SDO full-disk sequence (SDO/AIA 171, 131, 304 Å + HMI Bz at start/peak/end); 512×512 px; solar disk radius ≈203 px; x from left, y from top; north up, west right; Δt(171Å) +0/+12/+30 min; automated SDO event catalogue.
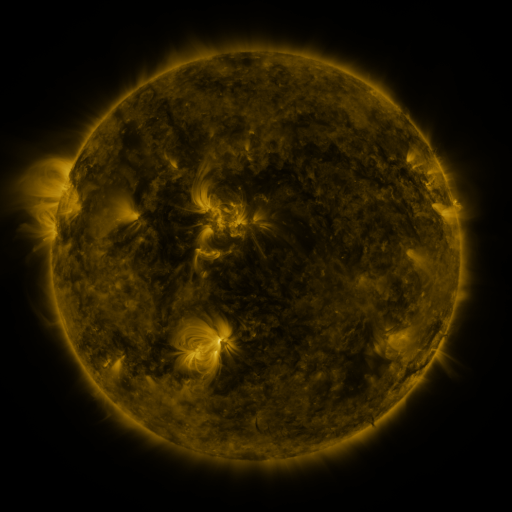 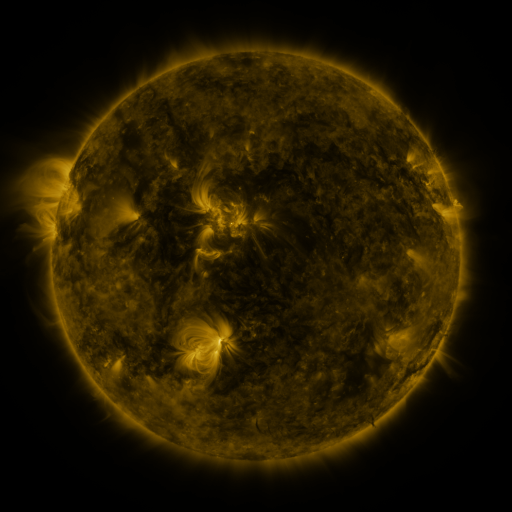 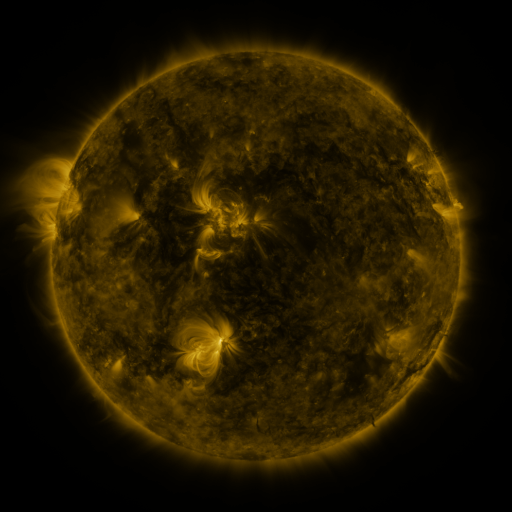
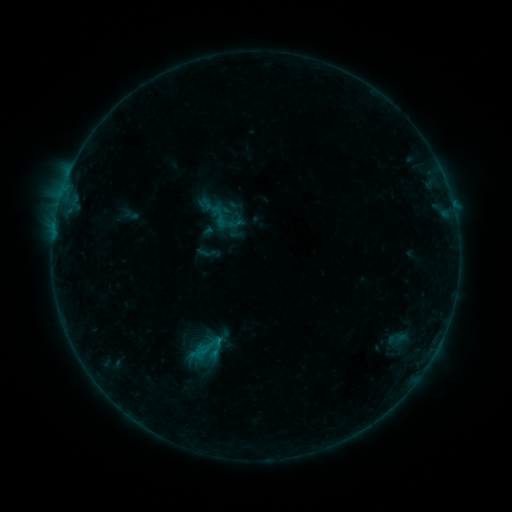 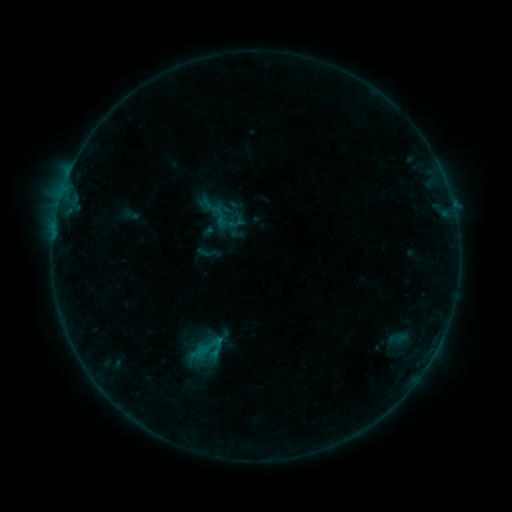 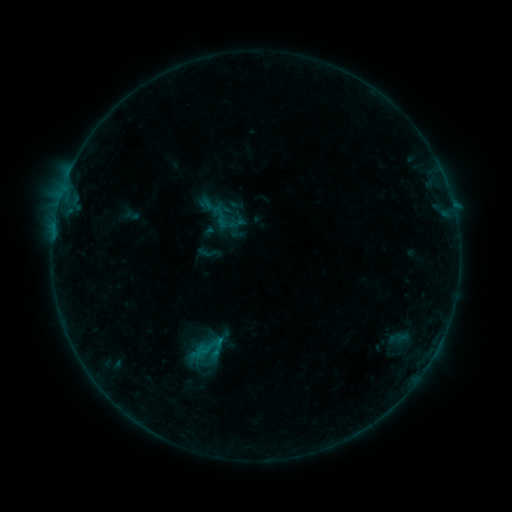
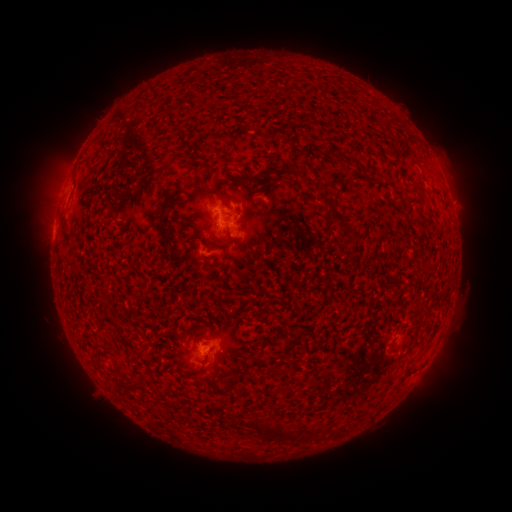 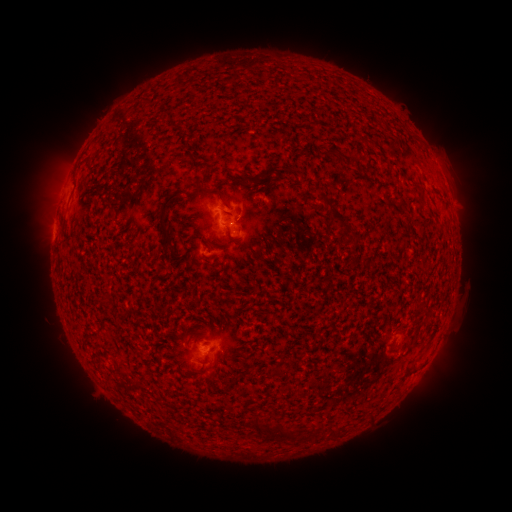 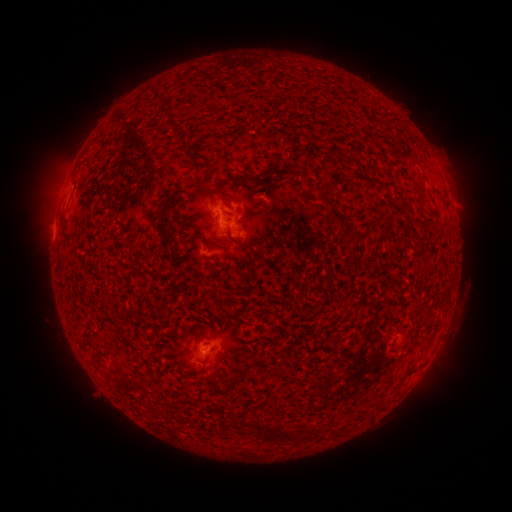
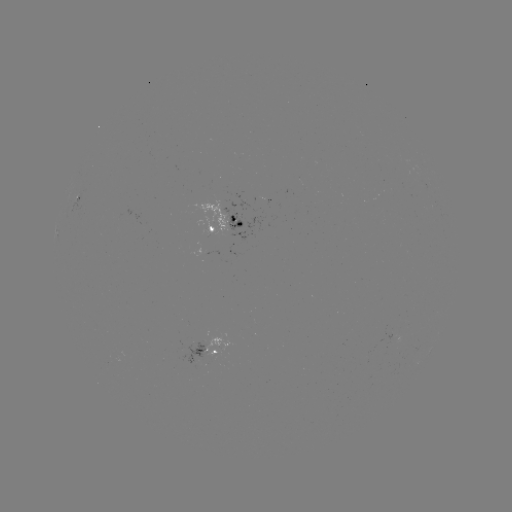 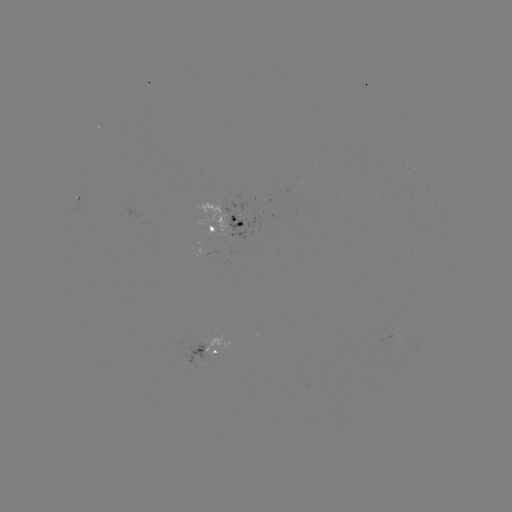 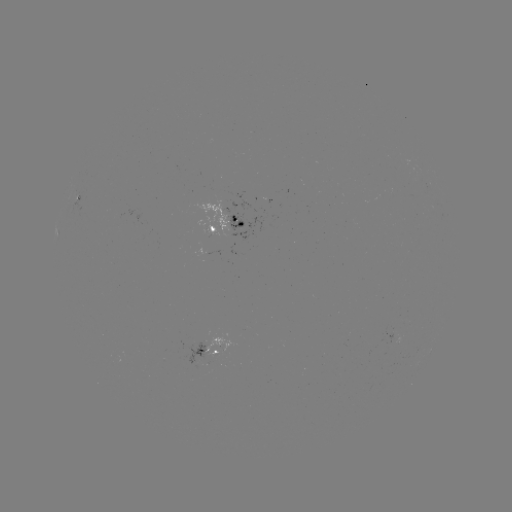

no flare in any classed list; no EUV-trigger detection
